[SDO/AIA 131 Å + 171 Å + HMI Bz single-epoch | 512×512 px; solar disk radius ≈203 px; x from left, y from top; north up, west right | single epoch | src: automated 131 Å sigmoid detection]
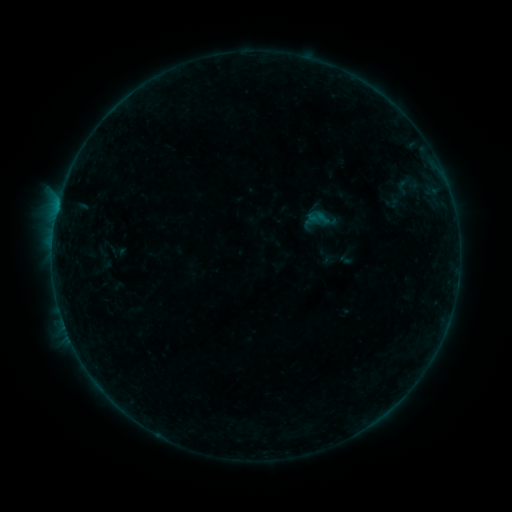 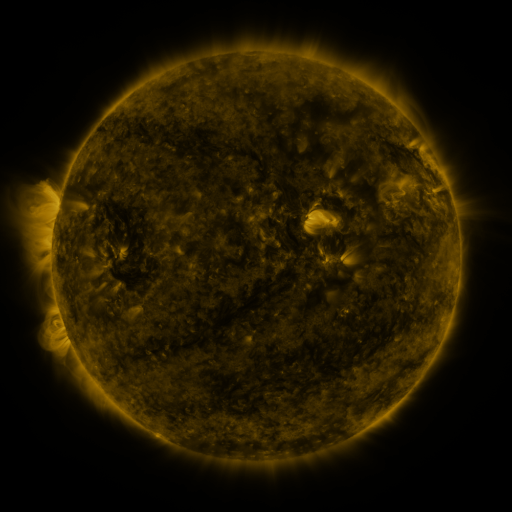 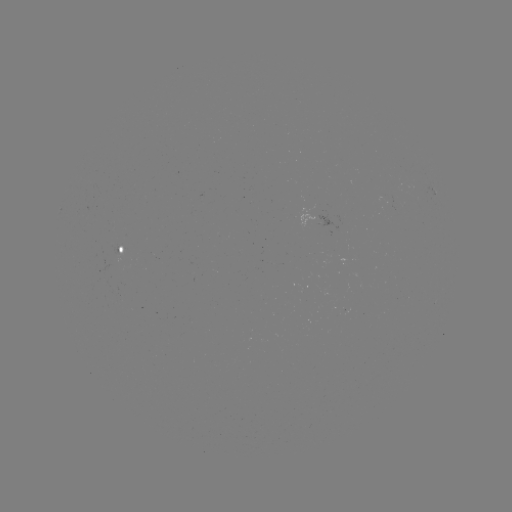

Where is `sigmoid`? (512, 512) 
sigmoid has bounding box [390, 177, 415, 197].